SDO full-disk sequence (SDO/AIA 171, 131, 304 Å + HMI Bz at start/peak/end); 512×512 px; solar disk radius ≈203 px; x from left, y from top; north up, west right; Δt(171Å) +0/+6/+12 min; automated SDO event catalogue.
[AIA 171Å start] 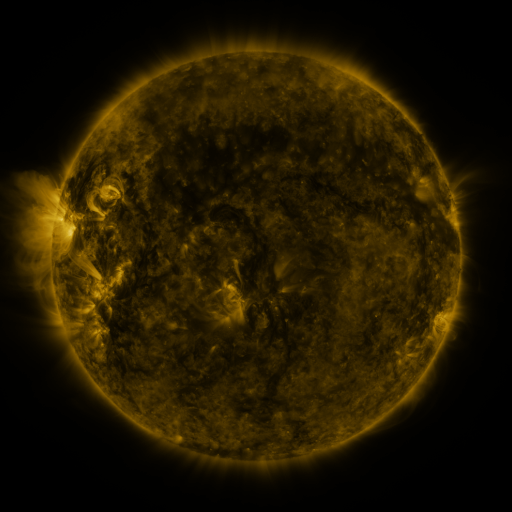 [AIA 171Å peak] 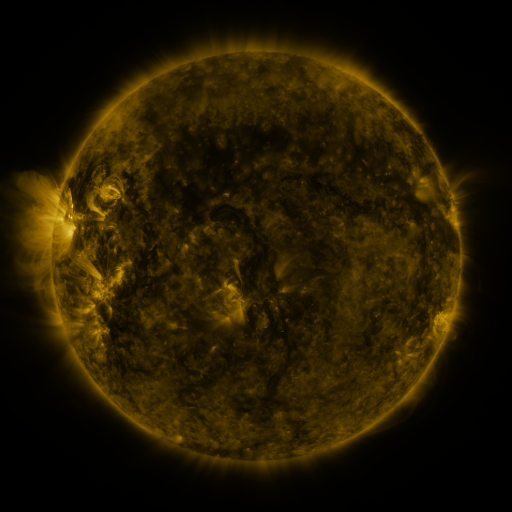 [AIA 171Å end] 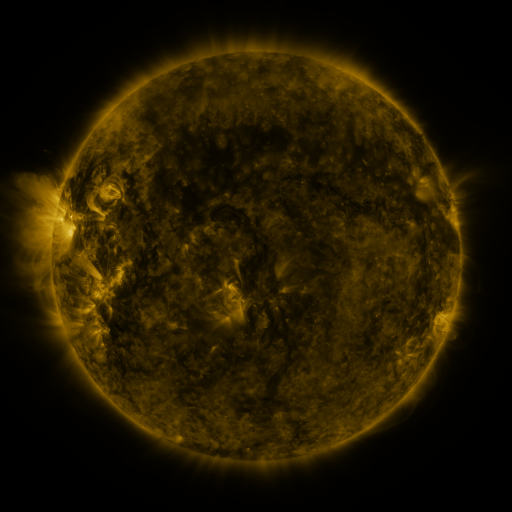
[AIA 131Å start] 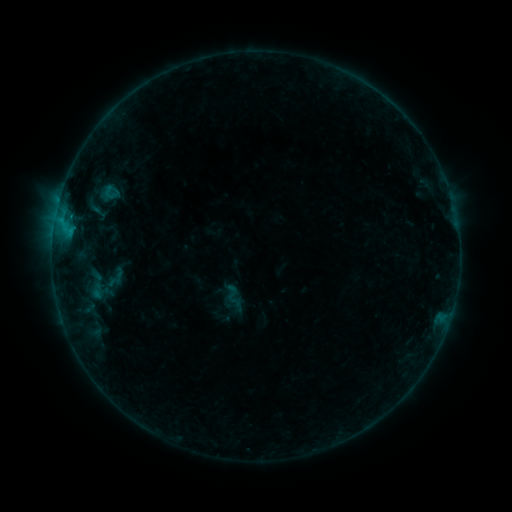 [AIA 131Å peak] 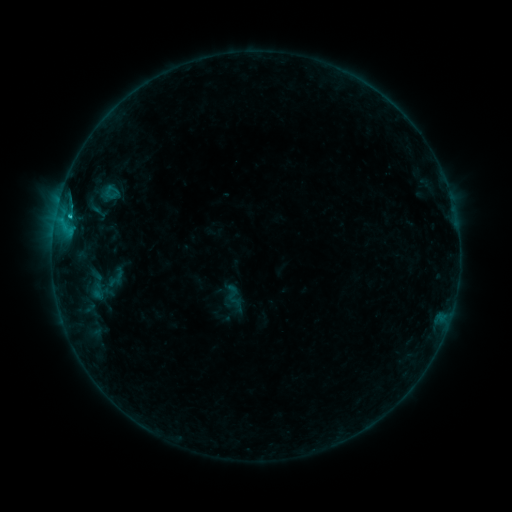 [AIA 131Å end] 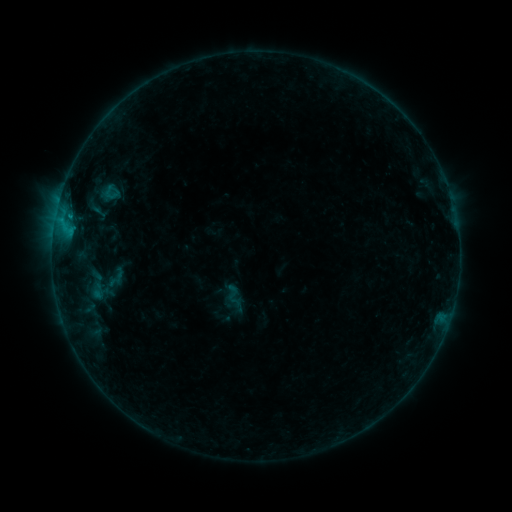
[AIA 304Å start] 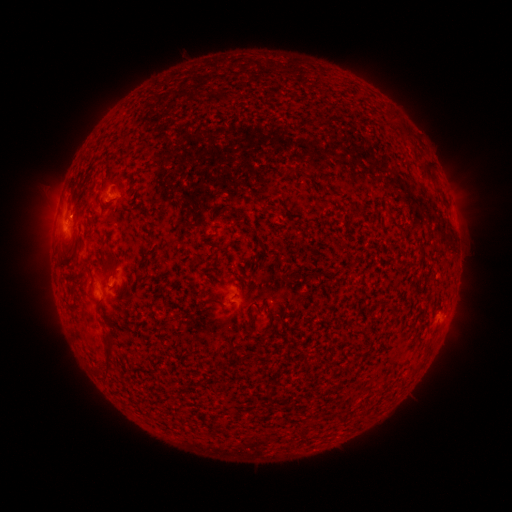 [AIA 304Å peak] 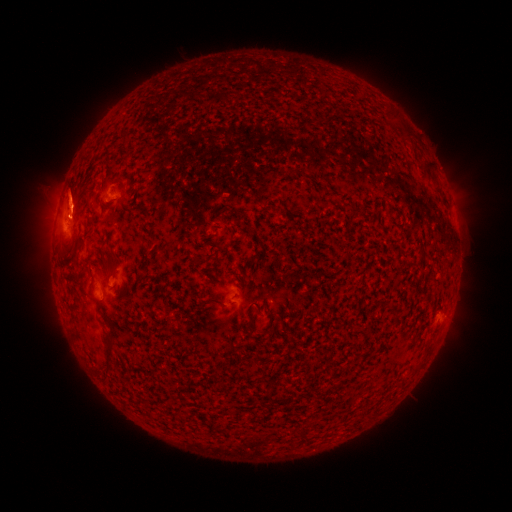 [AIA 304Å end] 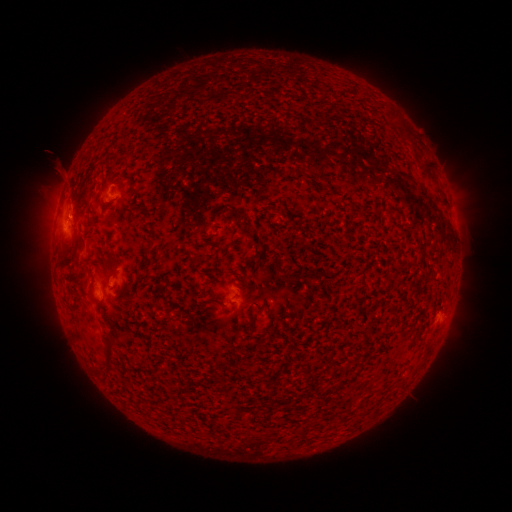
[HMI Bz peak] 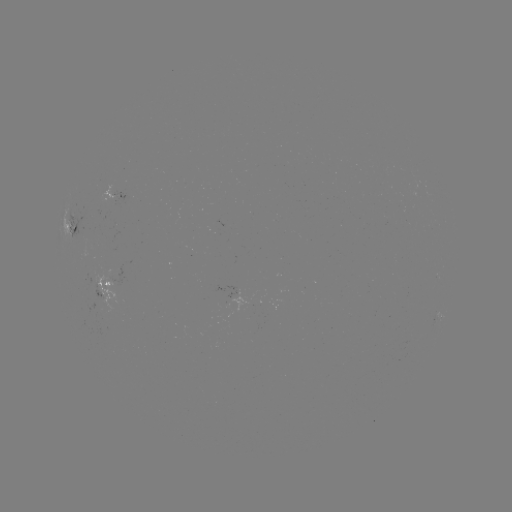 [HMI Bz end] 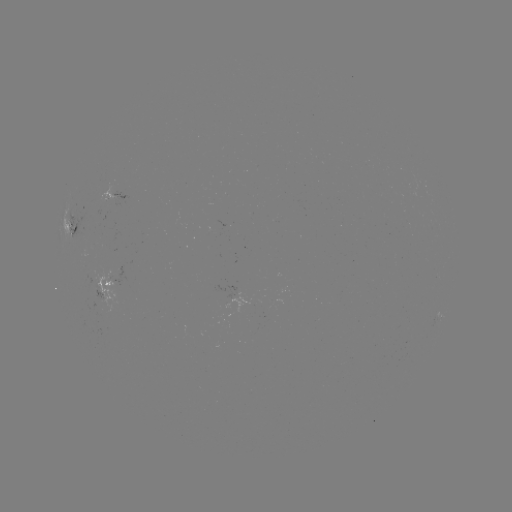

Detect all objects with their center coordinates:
B6.6 flare: (70, 218)
